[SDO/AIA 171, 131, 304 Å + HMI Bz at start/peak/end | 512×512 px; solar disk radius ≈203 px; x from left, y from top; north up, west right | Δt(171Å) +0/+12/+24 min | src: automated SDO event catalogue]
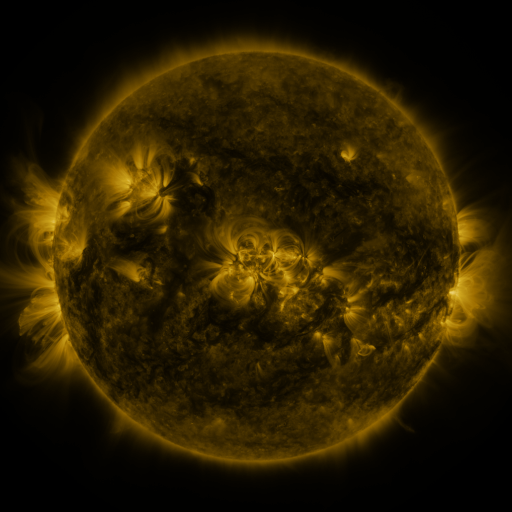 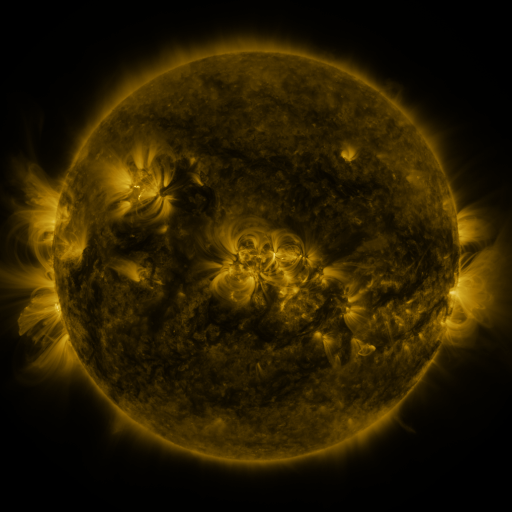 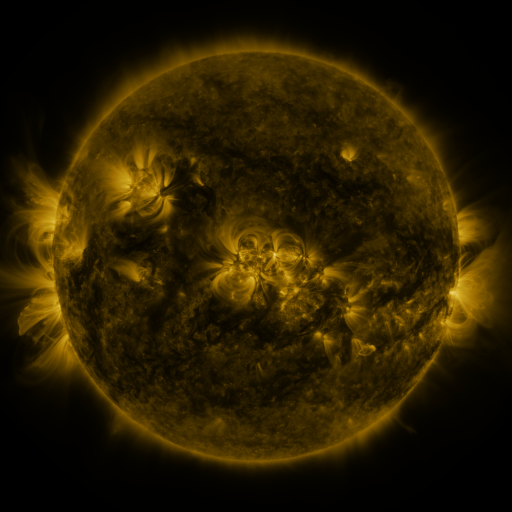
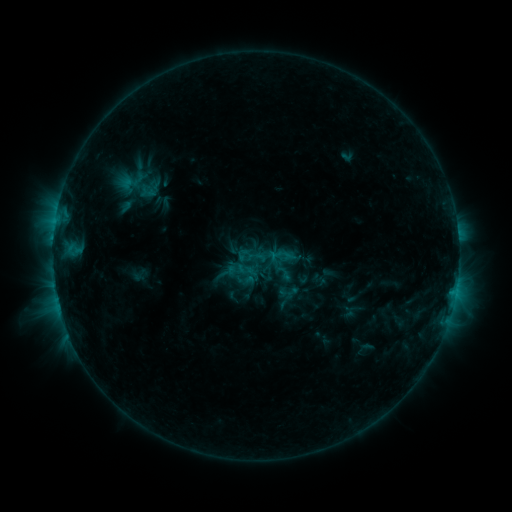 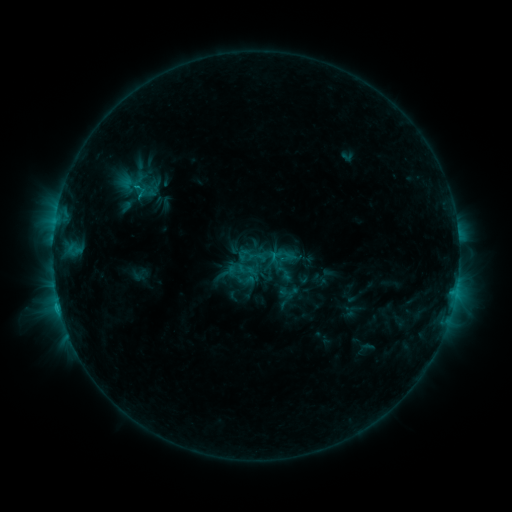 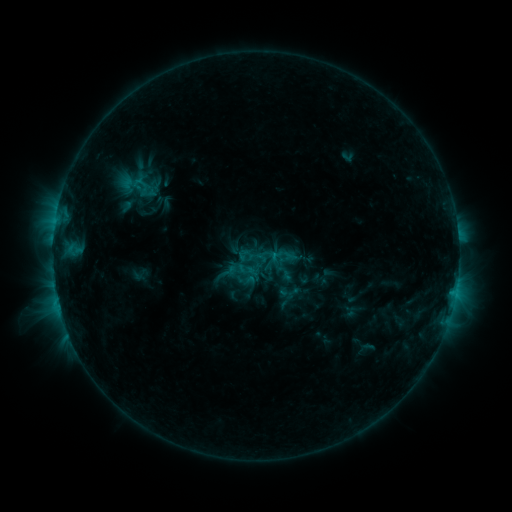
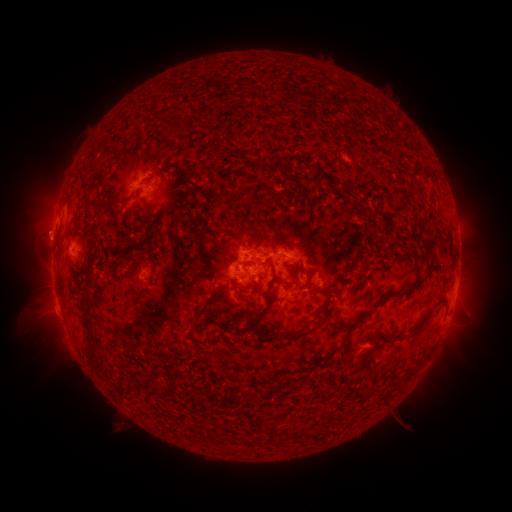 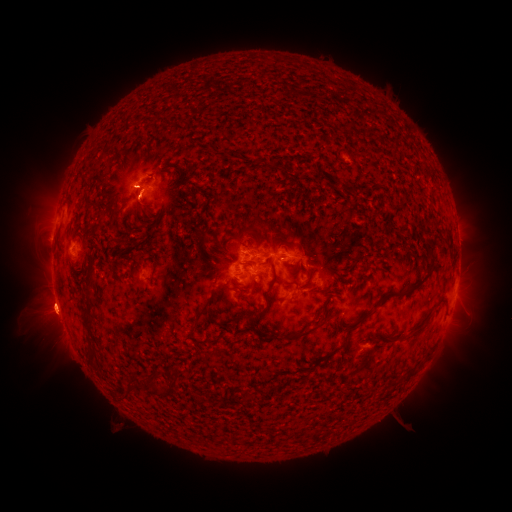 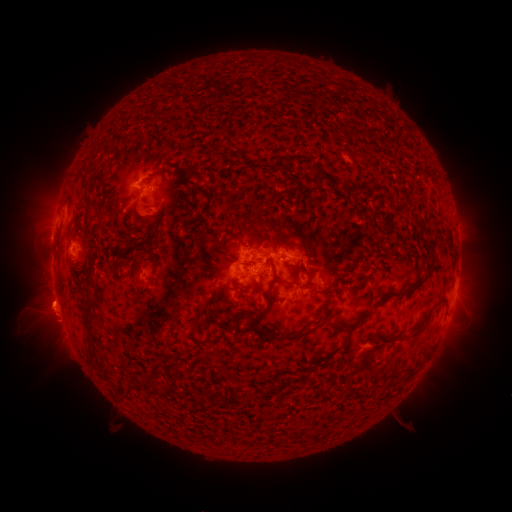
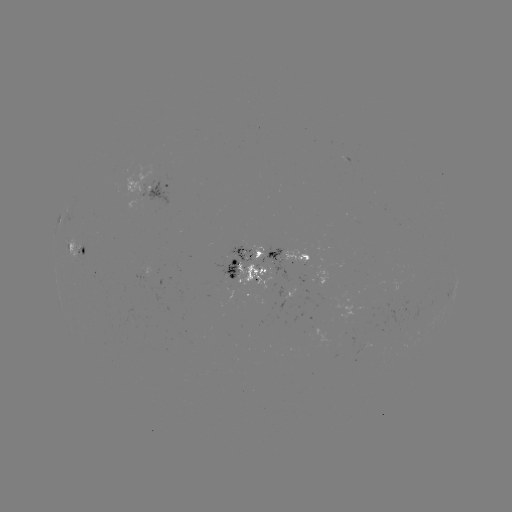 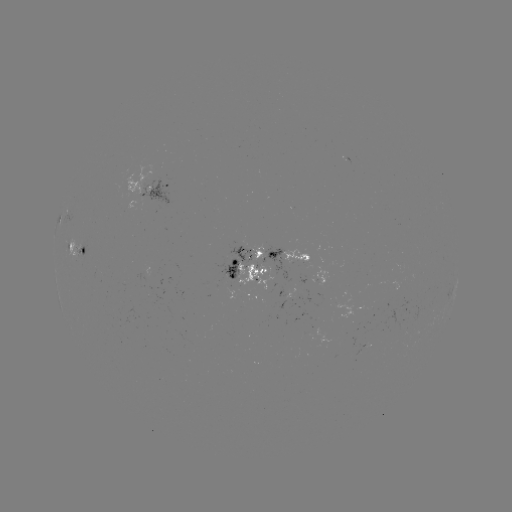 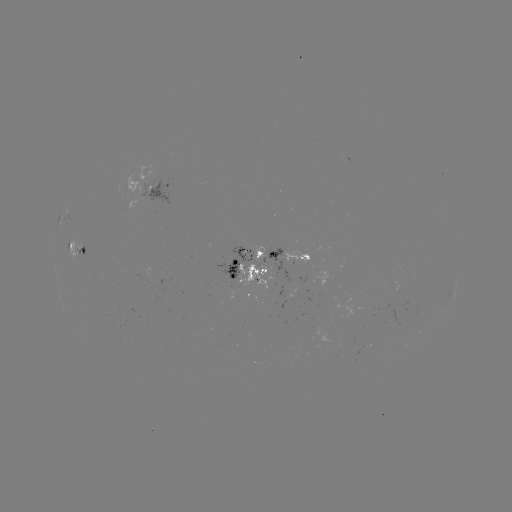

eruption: (16, 276, 78, 363)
